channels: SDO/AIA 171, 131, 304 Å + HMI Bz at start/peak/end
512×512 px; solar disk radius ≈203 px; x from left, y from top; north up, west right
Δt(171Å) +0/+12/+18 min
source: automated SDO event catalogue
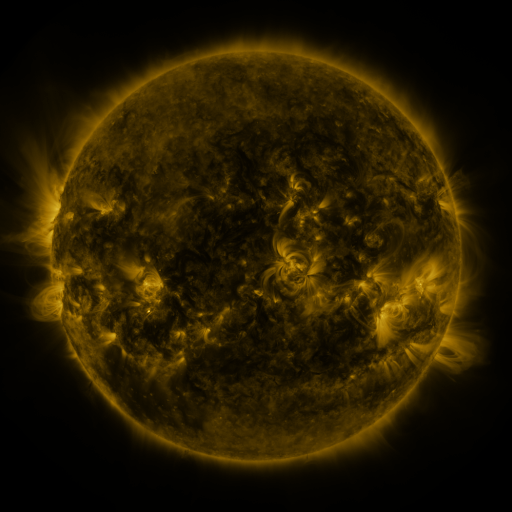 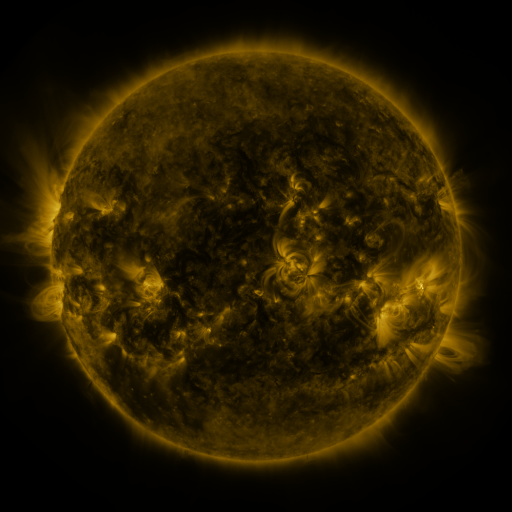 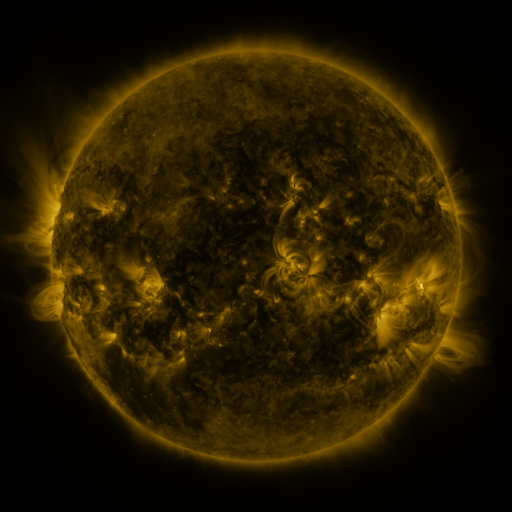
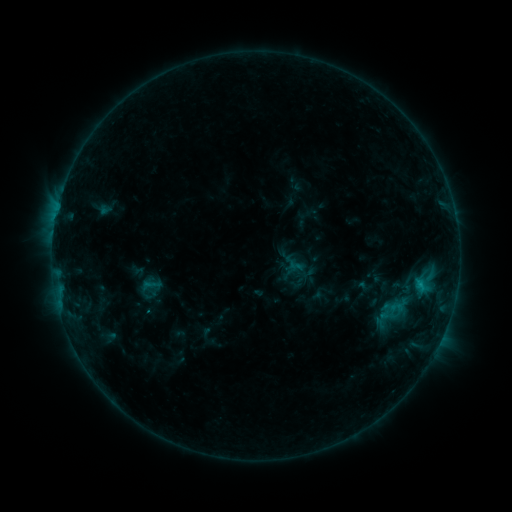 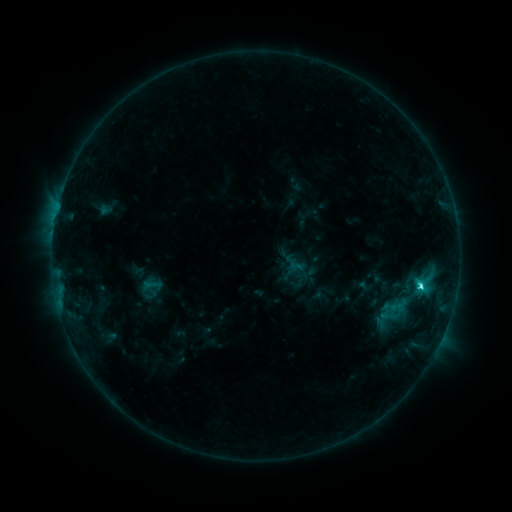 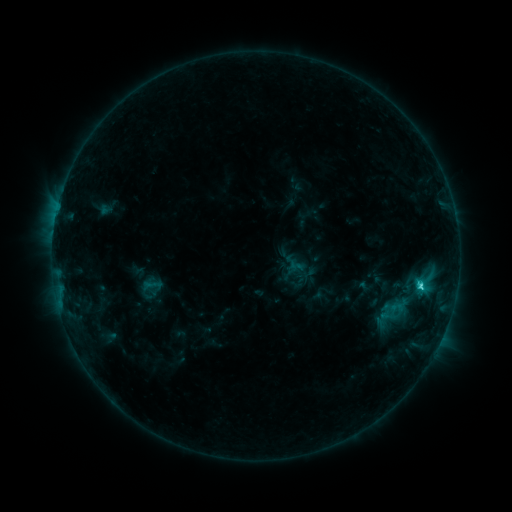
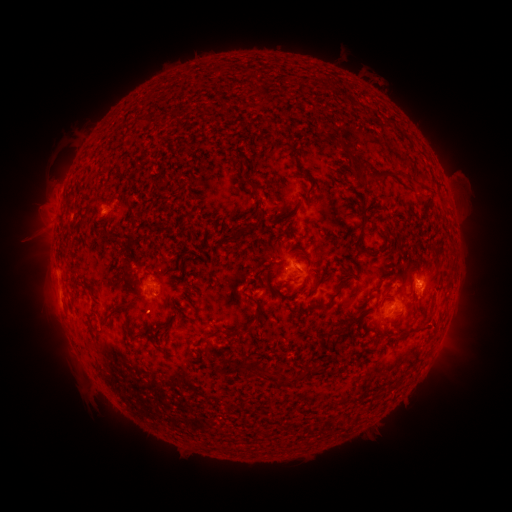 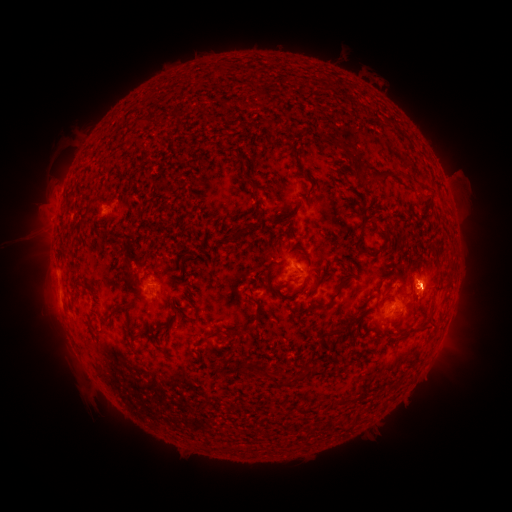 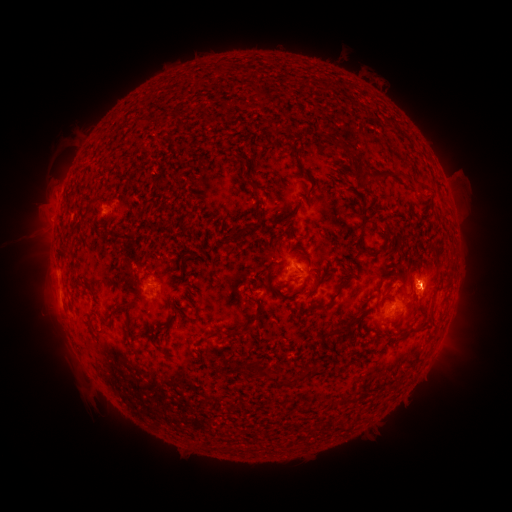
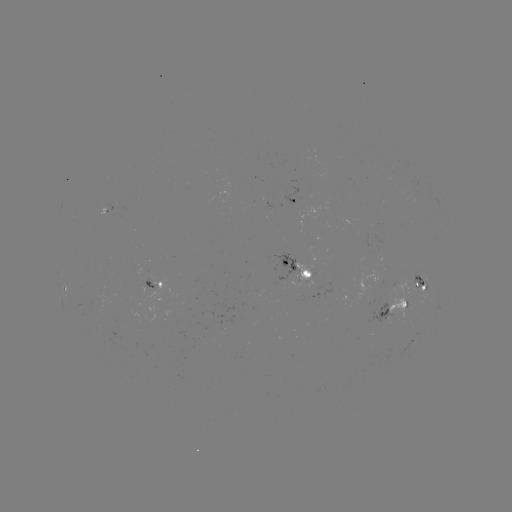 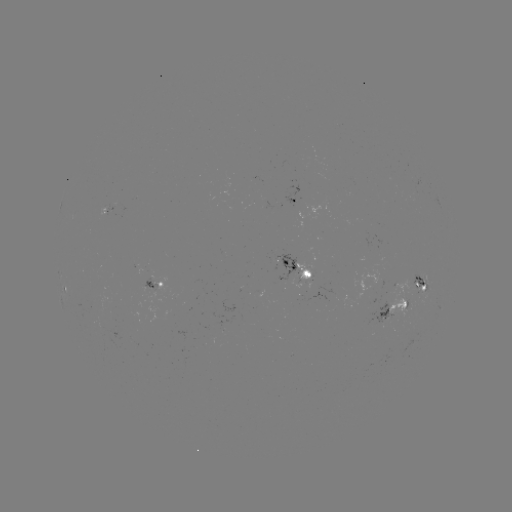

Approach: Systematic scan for C2.5 flare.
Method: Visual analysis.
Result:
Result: C2.5 flare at (420, 283).